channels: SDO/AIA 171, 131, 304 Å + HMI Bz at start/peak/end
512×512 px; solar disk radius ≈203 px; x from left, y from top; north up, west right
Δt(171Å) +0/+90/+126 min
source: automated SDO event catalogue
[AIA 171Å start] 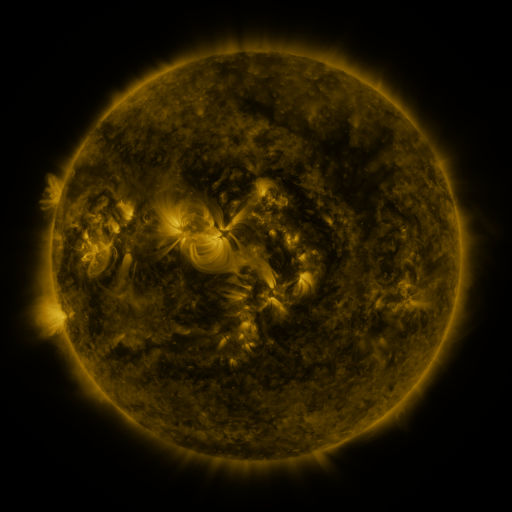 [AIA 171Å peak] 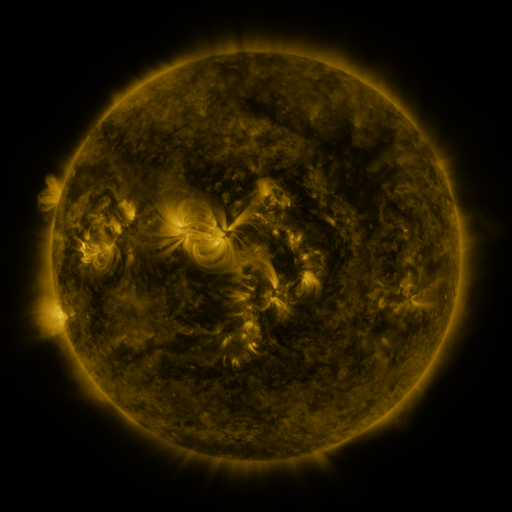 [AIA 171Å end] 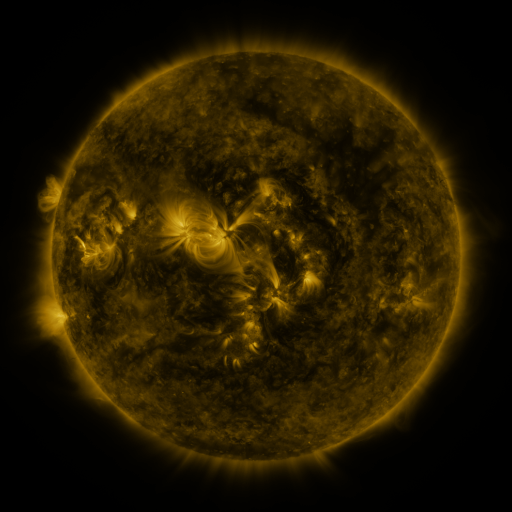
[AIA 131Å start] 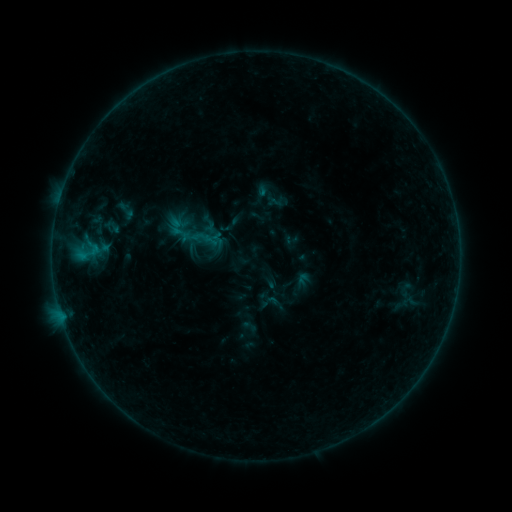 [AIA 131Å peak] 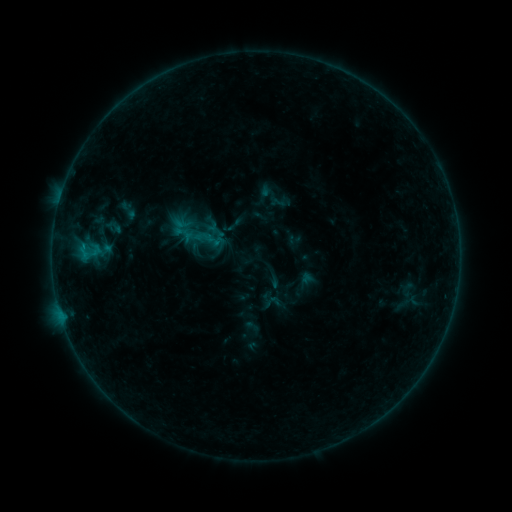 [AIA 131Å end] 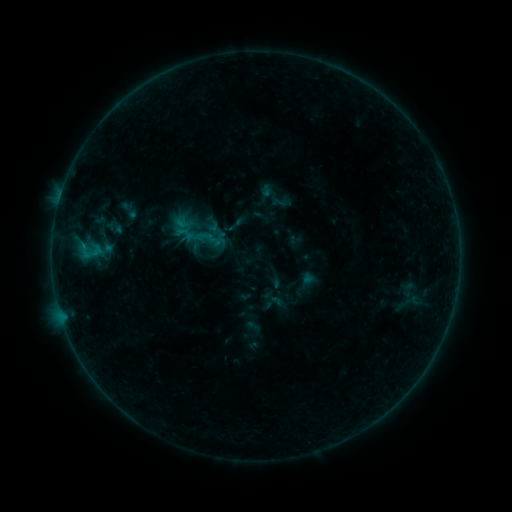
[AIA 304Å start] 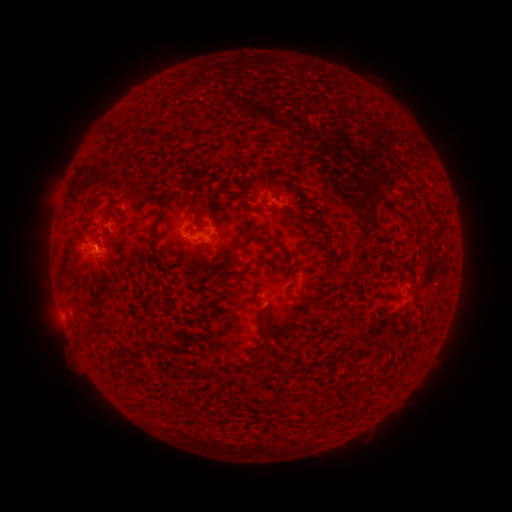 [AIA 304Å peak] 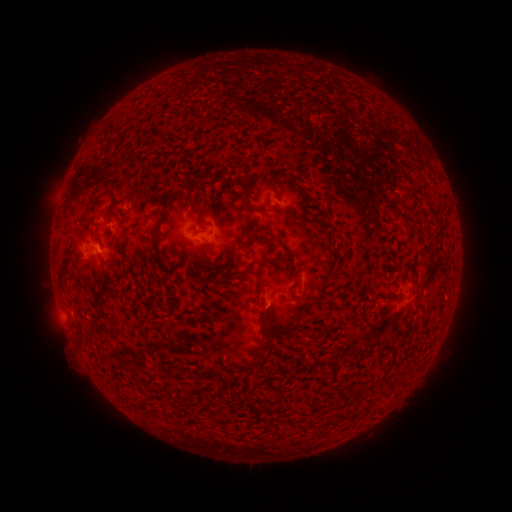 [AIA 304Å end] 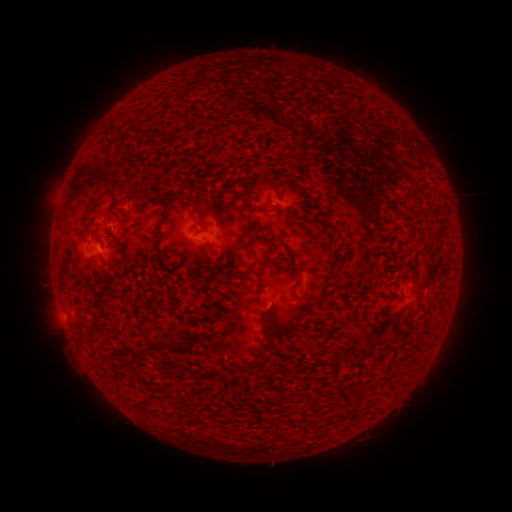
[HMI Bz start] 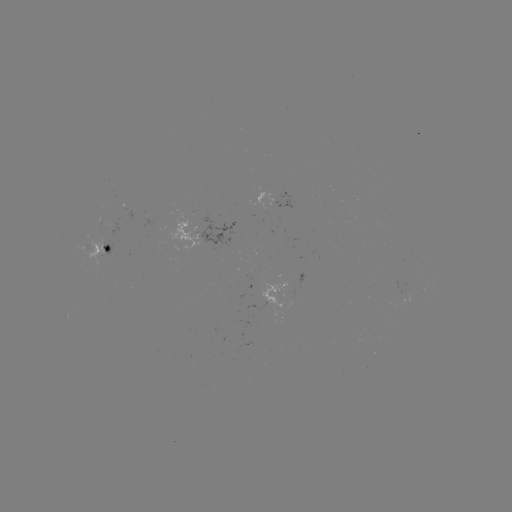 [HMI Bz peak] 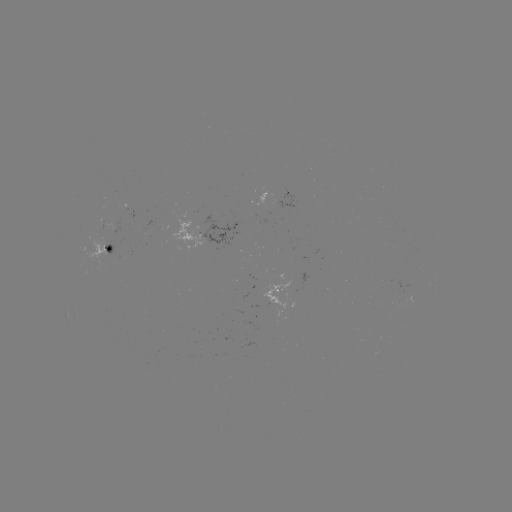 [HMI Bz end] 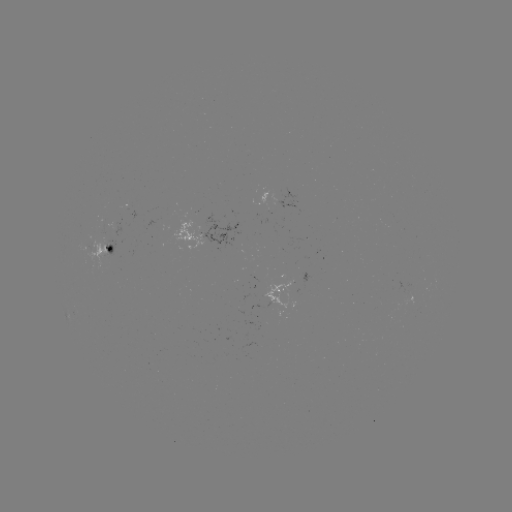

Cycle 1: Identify emerging-flux region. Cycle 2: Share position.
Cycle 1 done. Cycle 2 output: [407, 296].